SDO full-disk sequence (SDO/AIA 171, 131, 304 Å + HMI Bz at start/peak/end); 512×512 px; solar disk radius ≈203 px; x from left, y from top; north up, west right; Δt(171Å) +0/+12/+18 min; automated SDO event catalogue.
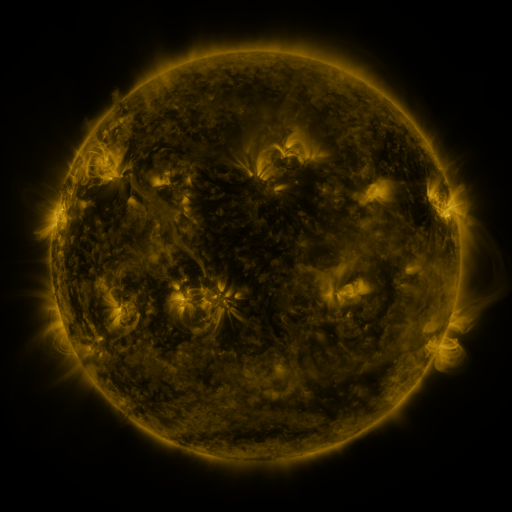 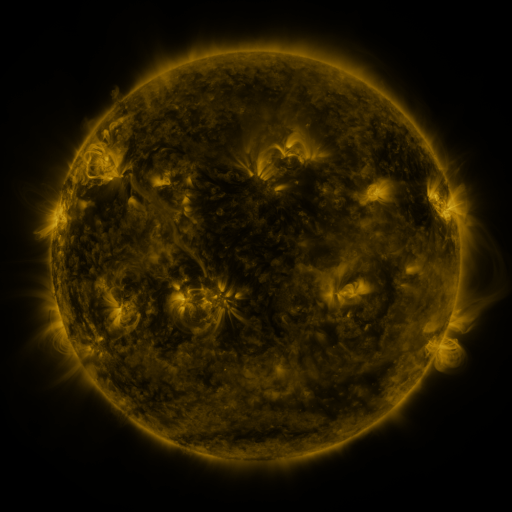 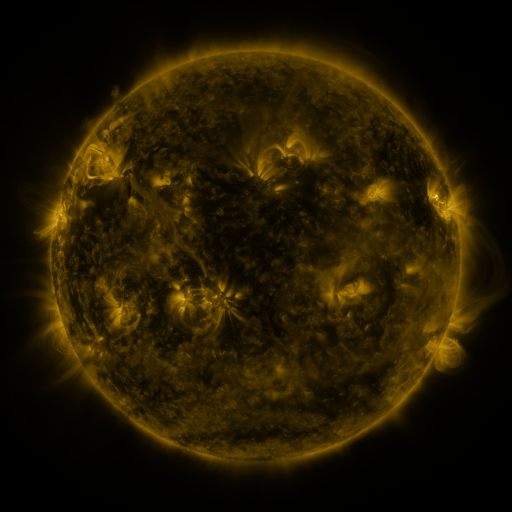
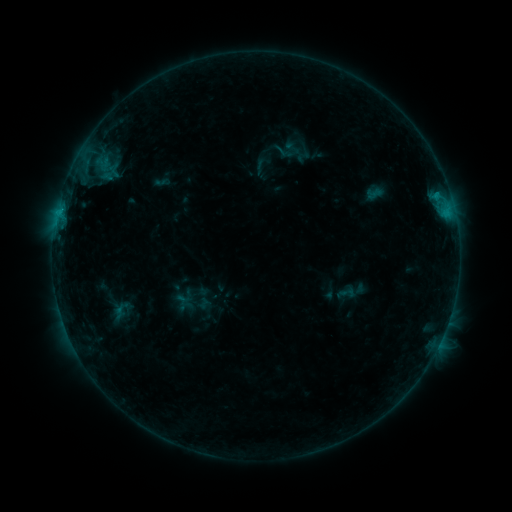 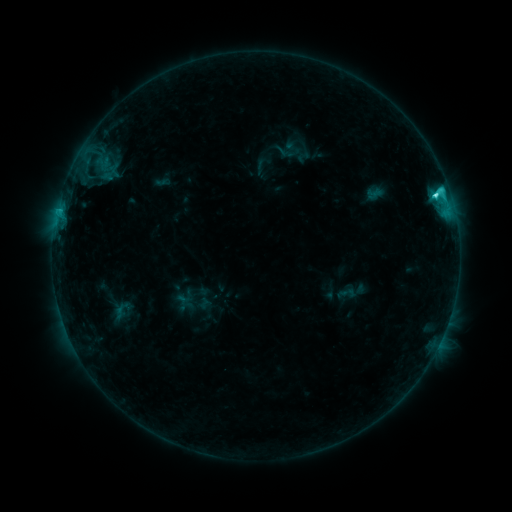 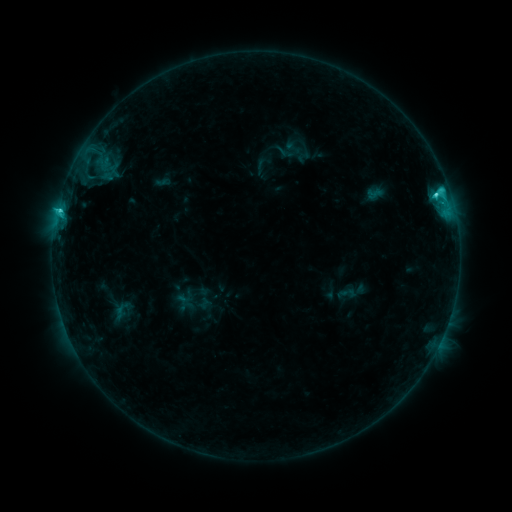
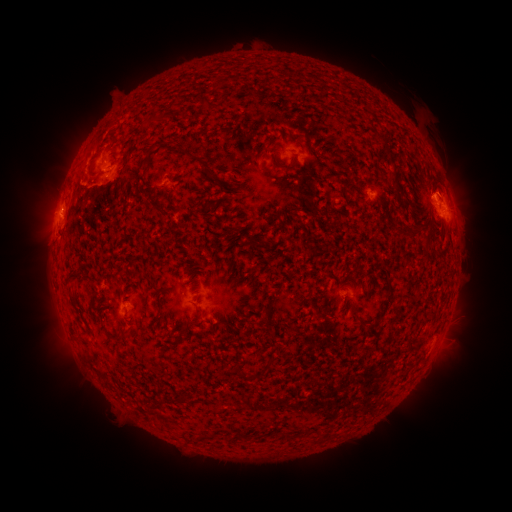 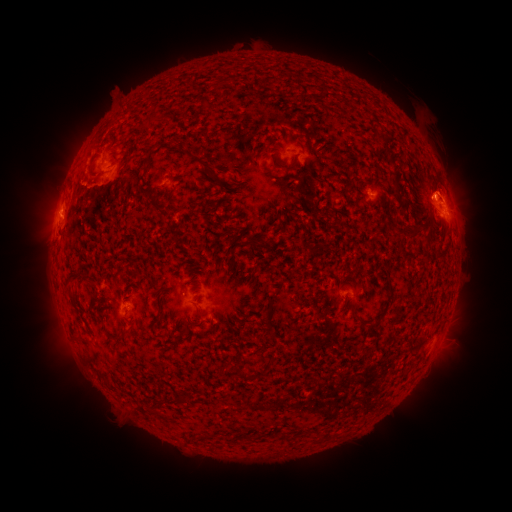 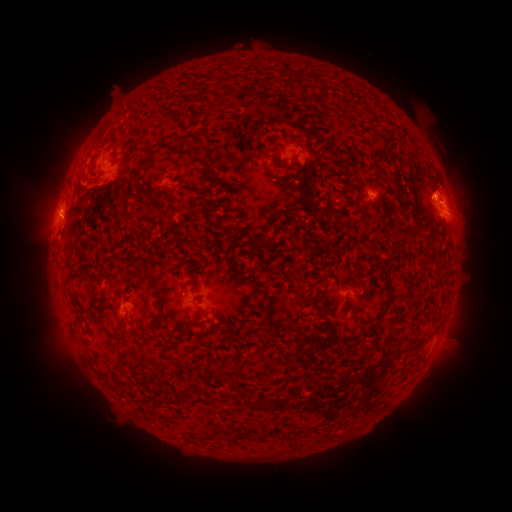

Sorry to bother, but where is C3.4 flare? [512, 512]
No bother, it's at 435,196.